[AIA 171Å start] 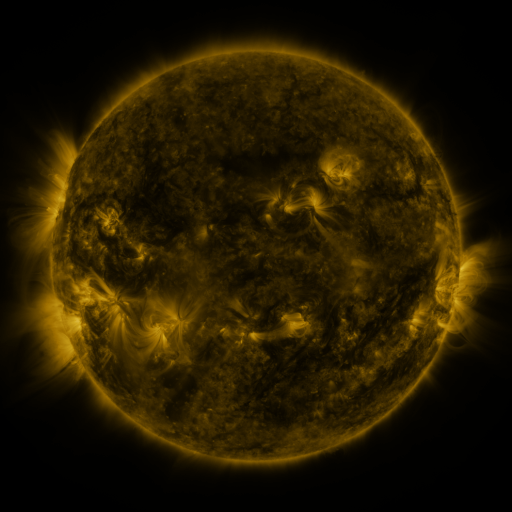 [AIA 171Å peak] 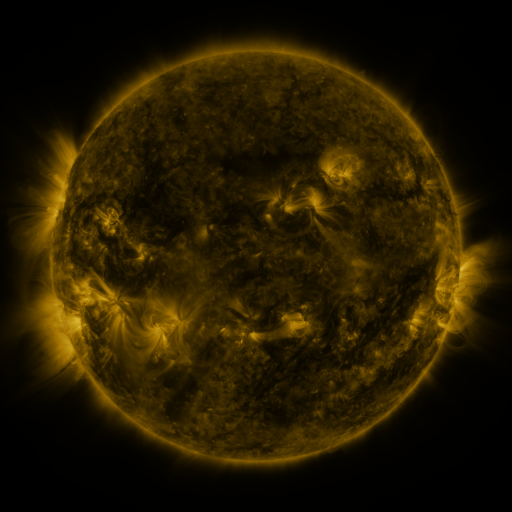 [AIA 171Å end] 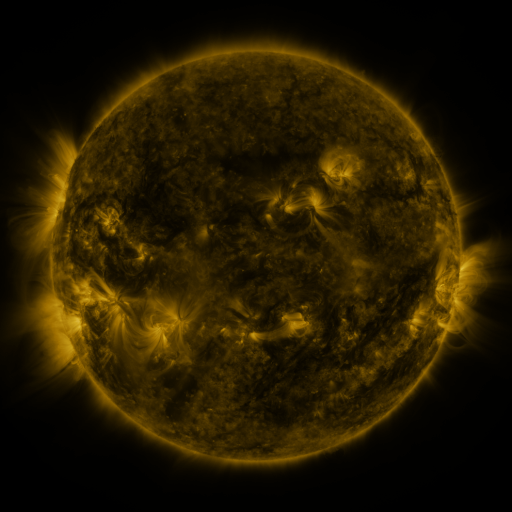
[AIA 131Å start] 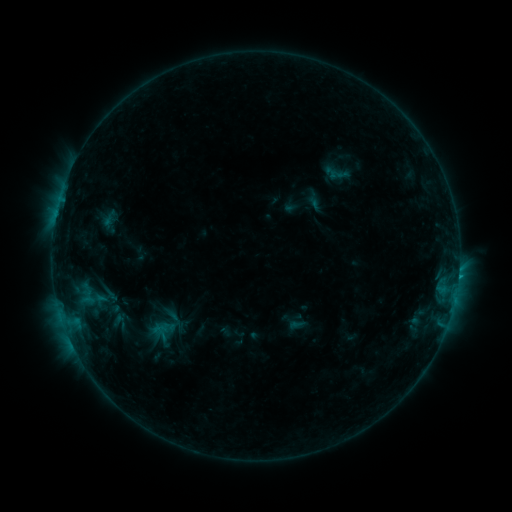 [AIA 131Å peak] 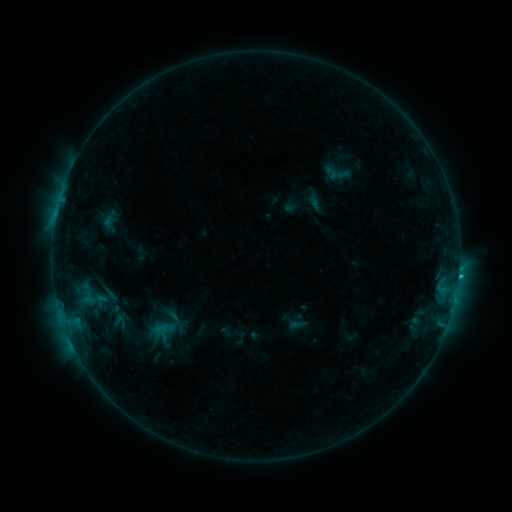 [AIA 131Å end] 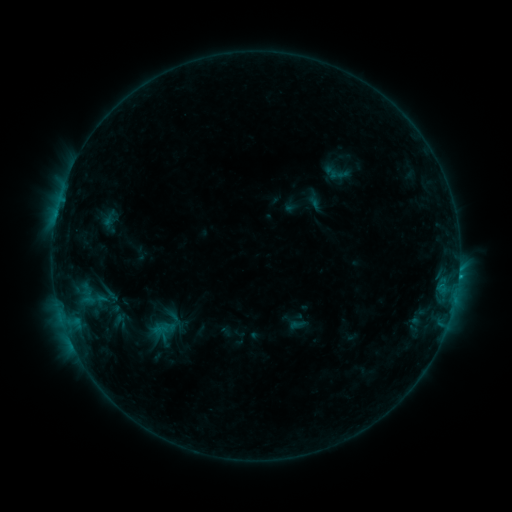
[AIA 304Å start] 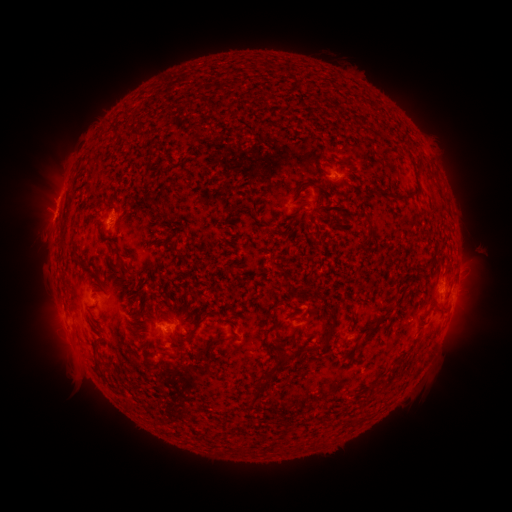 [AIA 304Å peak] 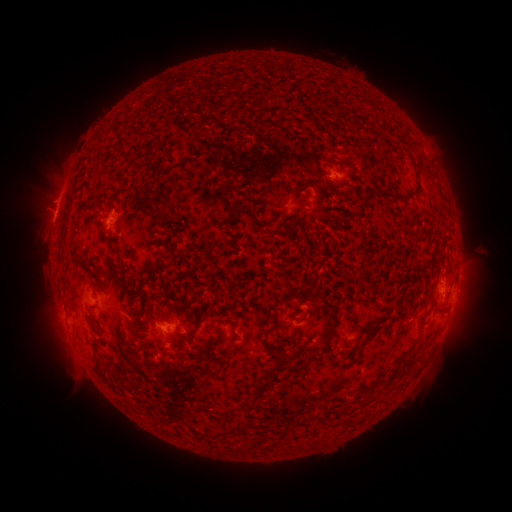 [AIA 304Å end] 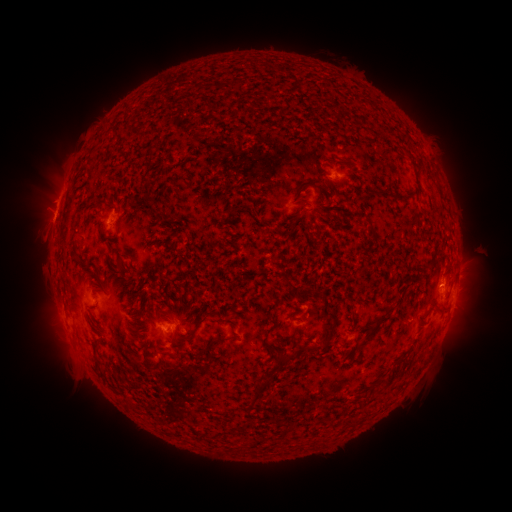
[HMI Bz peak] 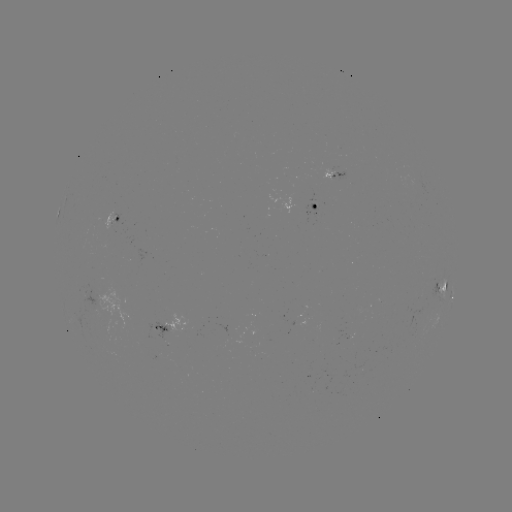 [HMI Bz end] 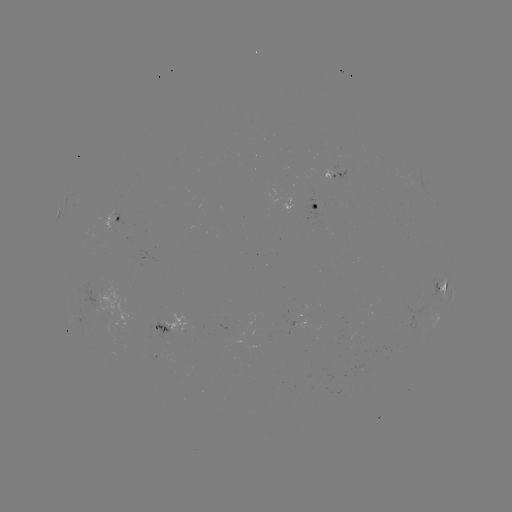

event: flare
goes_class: B7.4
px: (458, 273)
